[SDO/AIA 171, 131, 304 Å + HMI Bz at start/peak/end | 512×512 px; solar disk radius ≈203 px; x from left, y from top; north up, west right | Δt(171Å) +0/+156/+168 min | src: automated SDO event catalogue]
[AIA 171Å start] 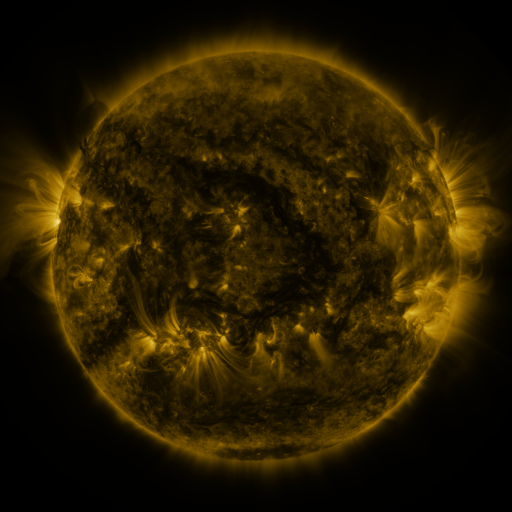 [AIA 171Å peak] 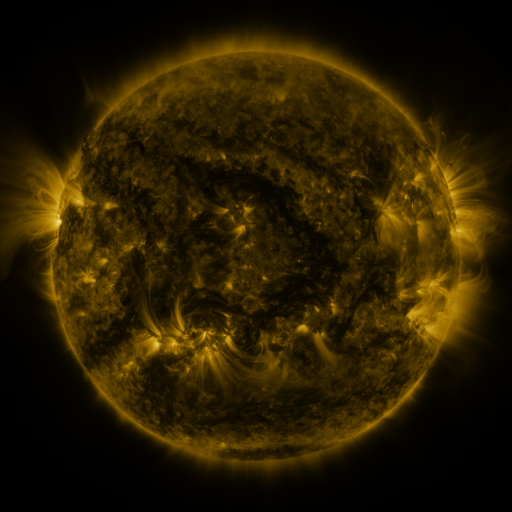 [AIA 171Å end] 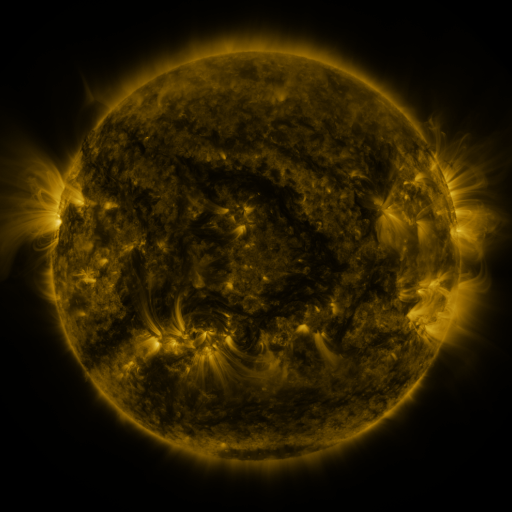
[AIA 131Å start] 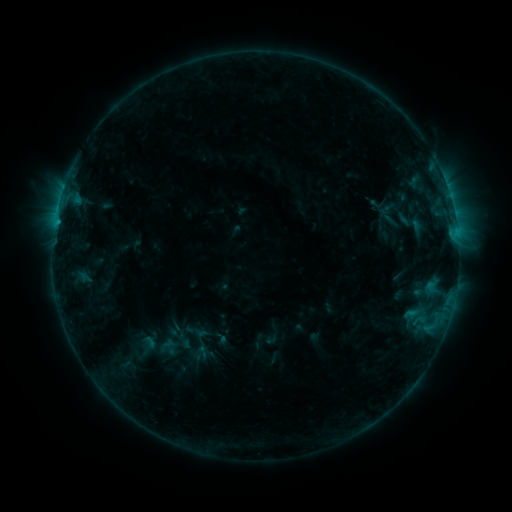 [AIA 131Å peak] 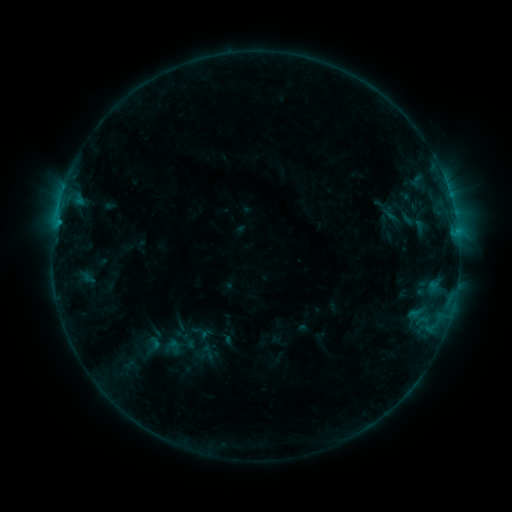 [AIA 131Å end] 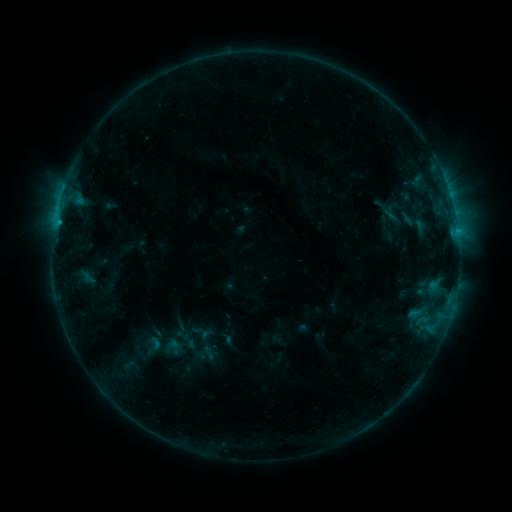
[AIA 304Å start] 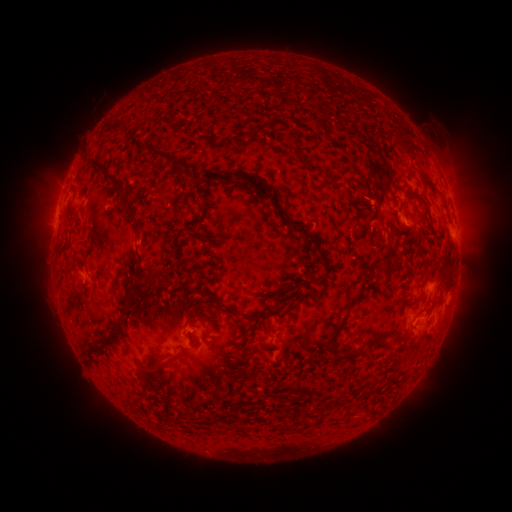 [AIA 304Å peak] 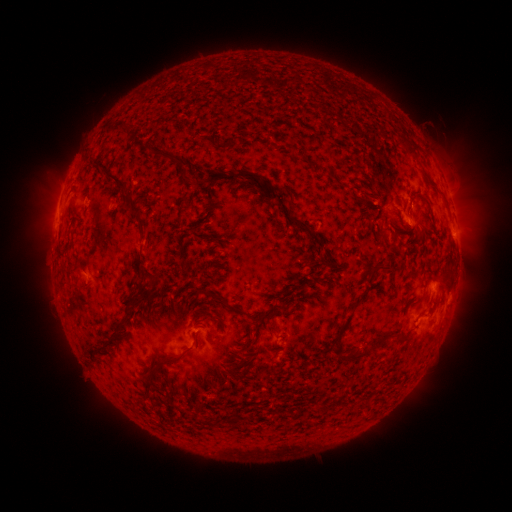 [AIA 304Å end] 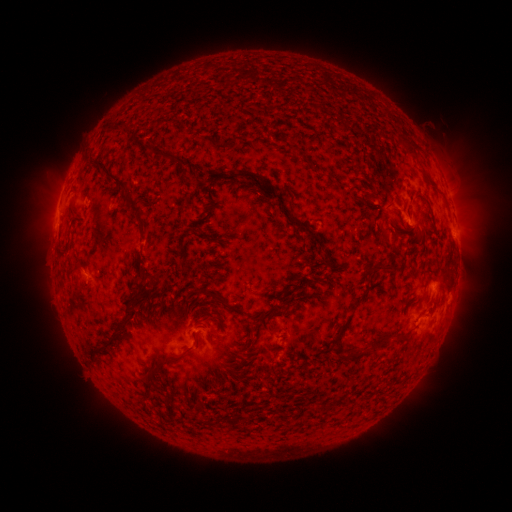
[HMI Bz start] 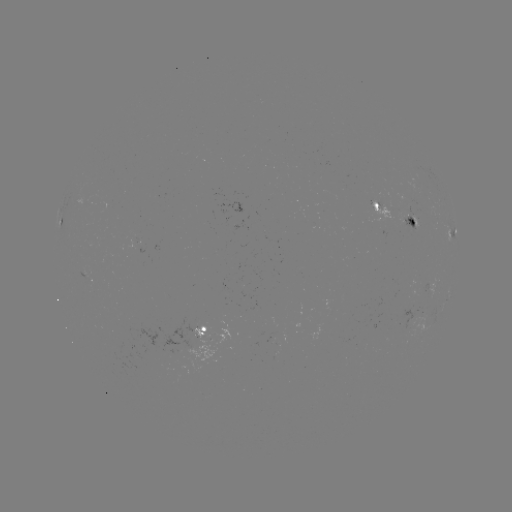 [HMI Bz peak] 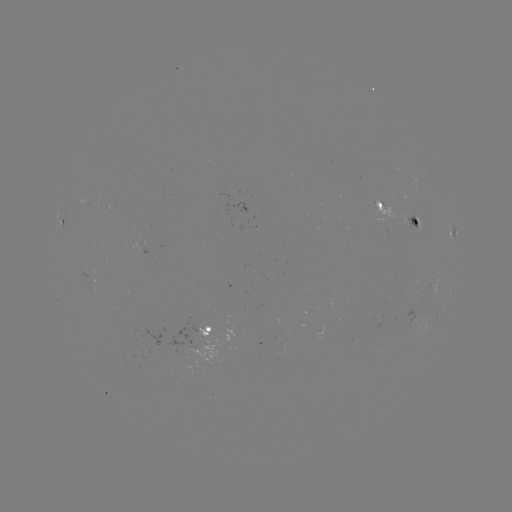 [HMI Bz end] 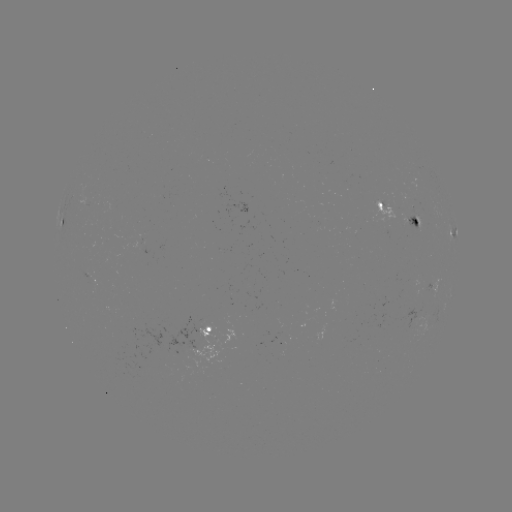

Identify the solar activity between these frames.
emerging-flux region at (410, 216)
